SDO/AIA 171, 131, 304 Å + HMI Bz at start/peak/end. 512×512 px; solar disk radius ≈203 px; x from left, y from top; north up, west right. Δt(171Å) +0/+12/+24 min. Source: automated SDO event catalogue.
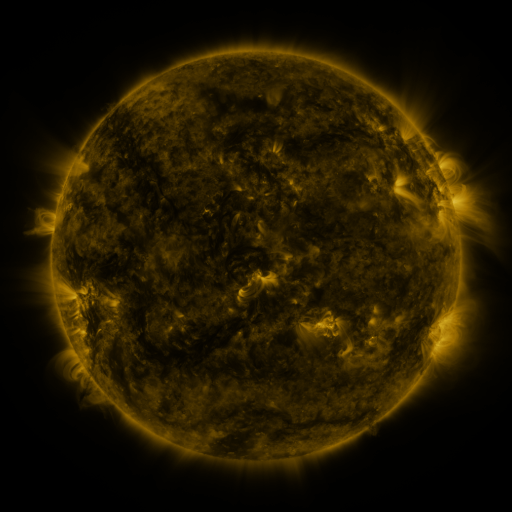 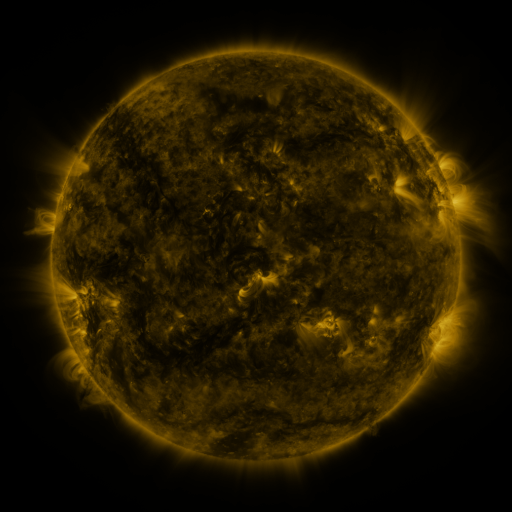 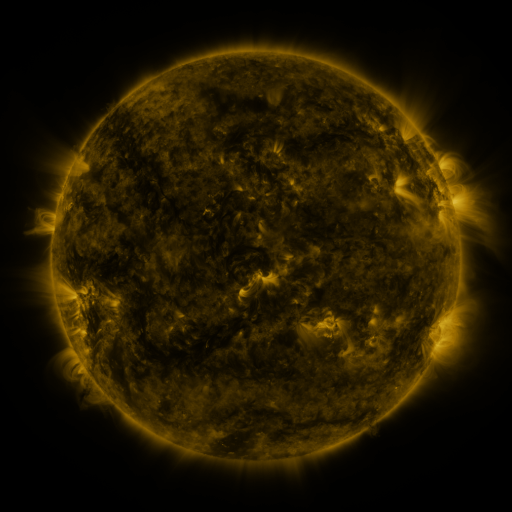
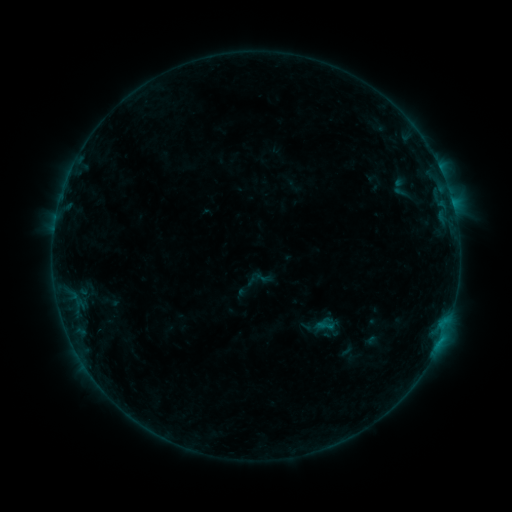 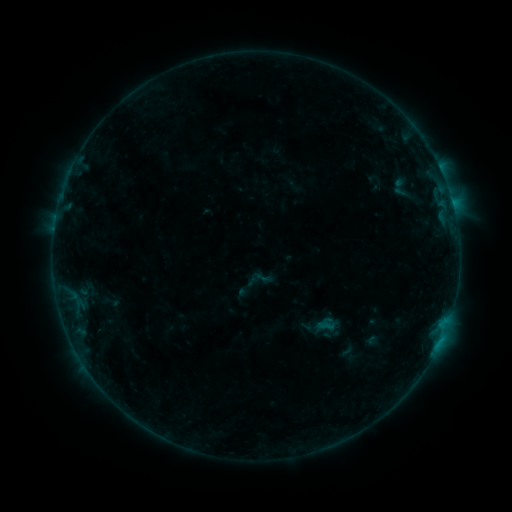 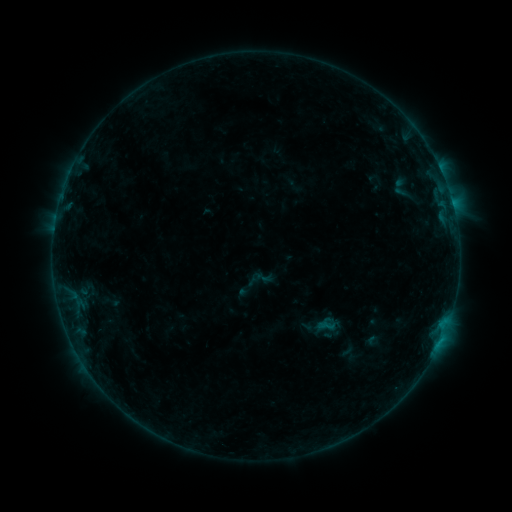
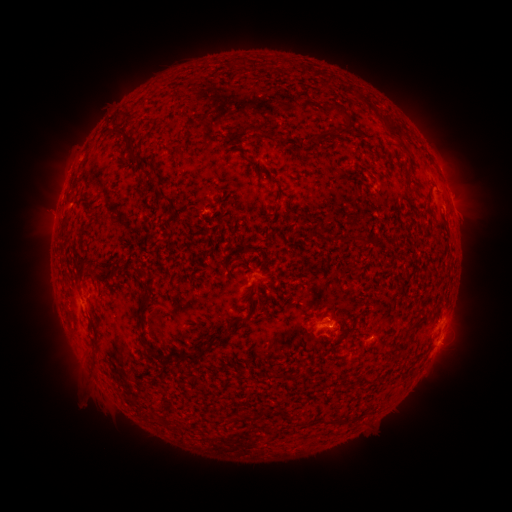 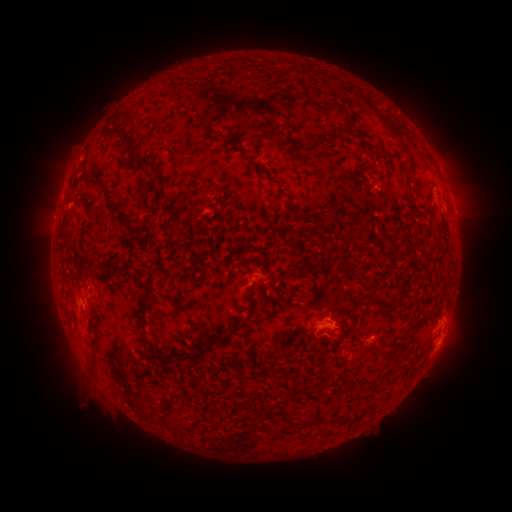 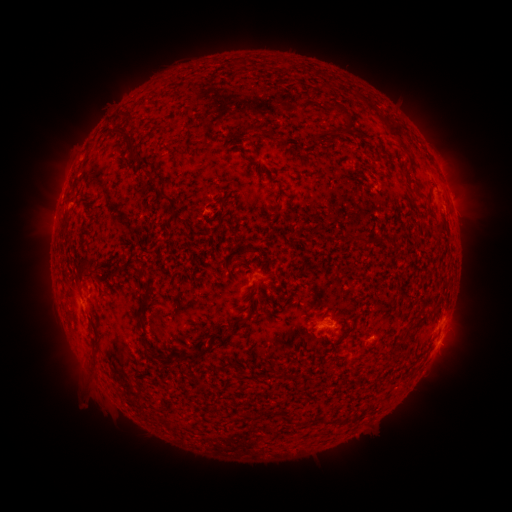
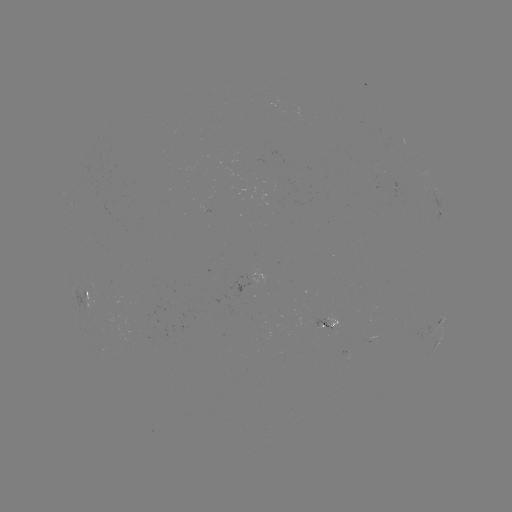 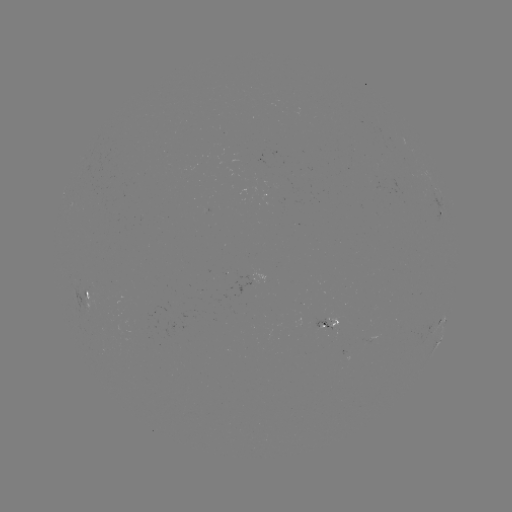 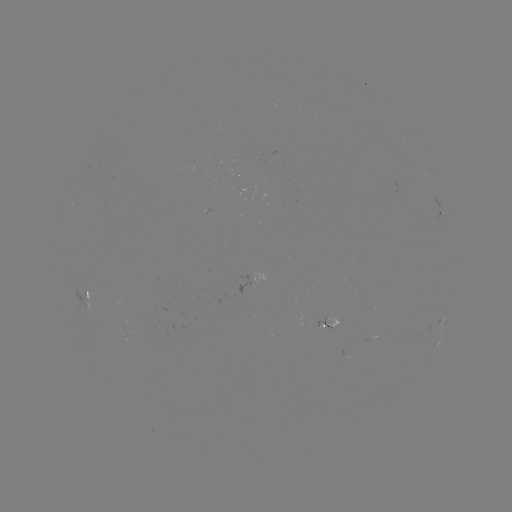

no classed flare was catalogued and no EUV brightening was flagged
